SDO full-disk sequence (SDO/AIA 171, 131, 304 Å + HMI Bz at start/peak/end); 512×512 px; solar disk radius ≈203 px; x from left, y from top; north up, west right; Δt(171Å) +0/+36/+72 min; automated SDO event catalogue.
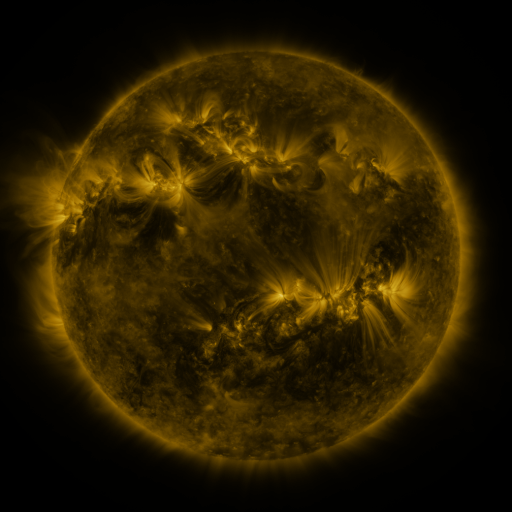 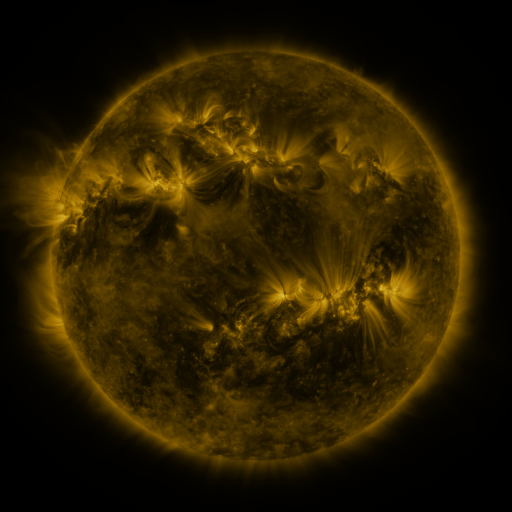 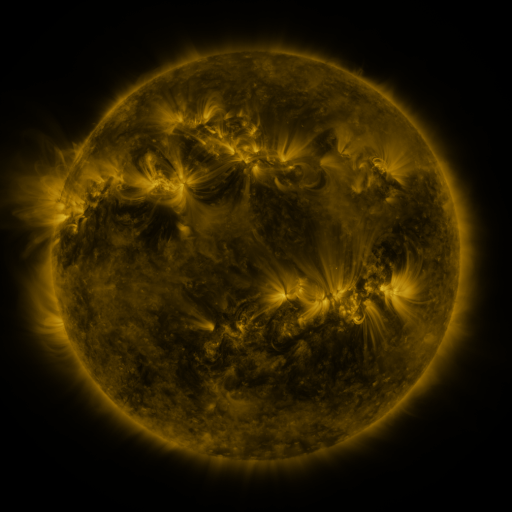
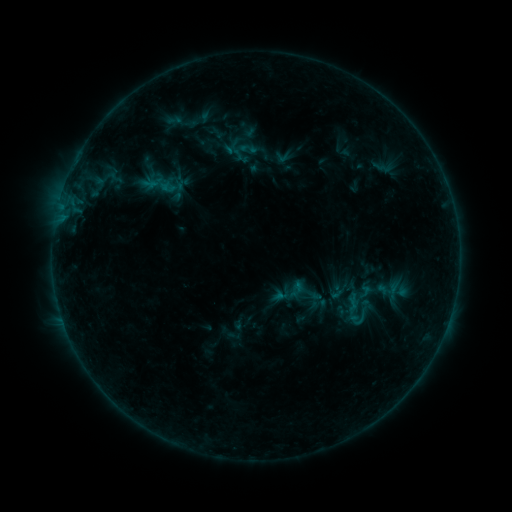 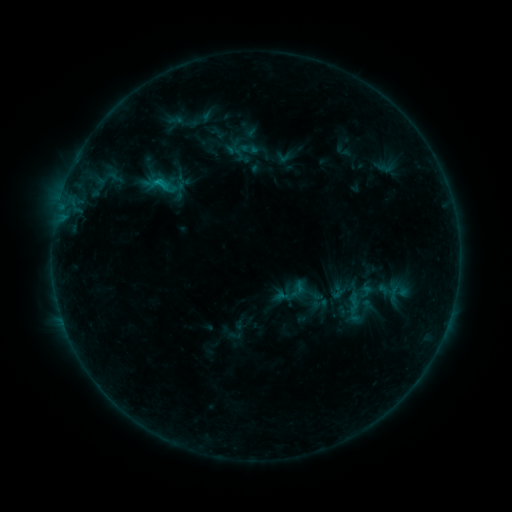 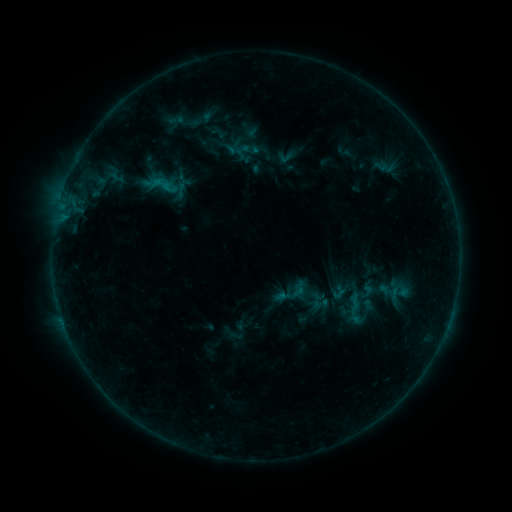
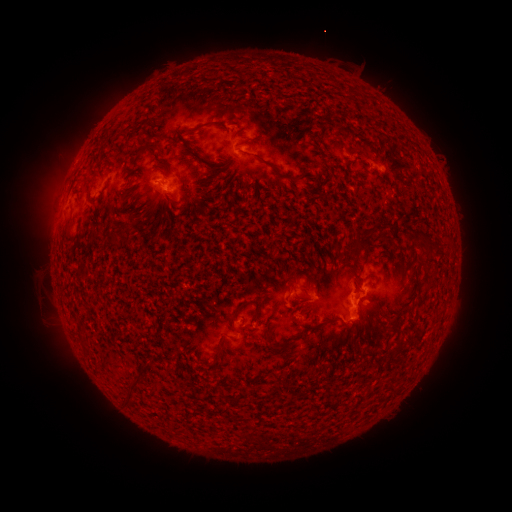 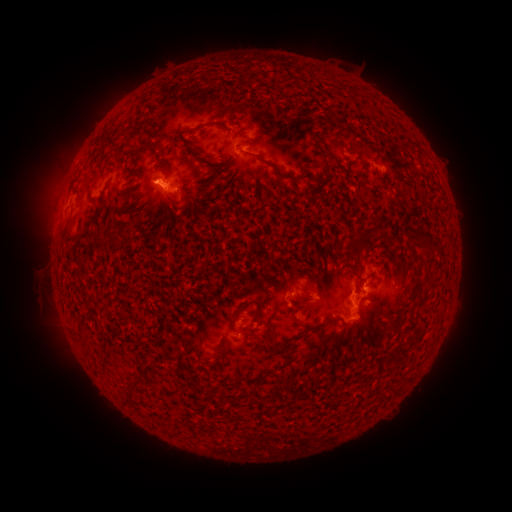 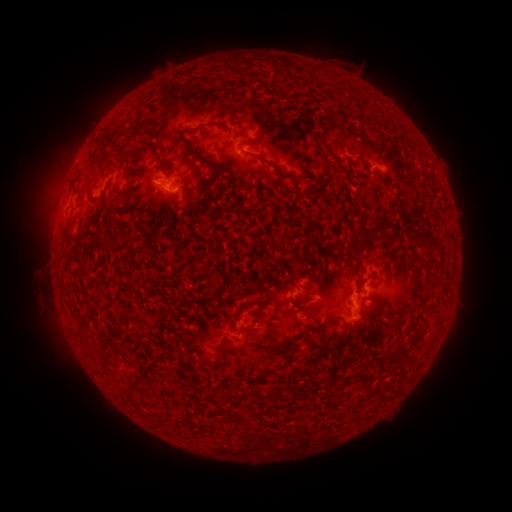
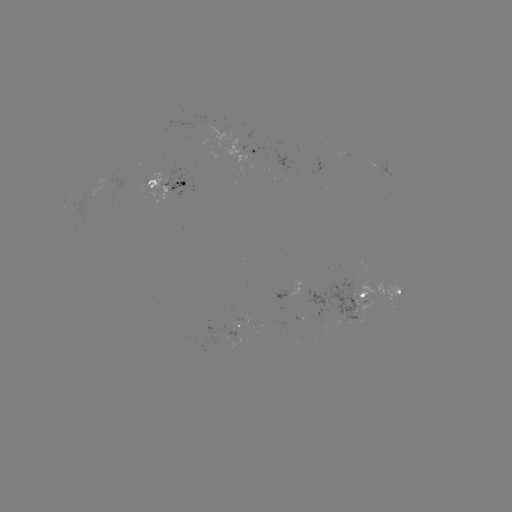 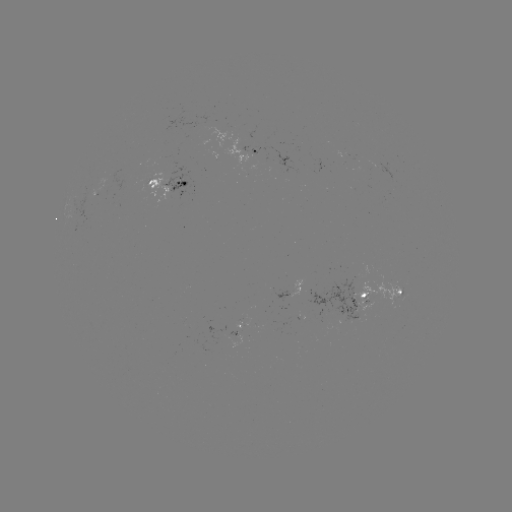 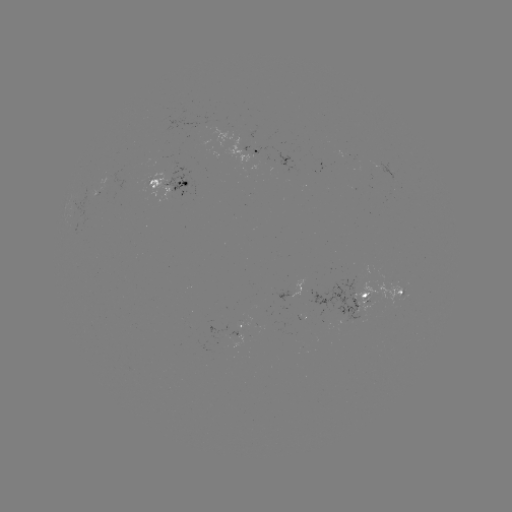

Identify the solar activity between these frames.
emerging-flux region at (365, 303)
